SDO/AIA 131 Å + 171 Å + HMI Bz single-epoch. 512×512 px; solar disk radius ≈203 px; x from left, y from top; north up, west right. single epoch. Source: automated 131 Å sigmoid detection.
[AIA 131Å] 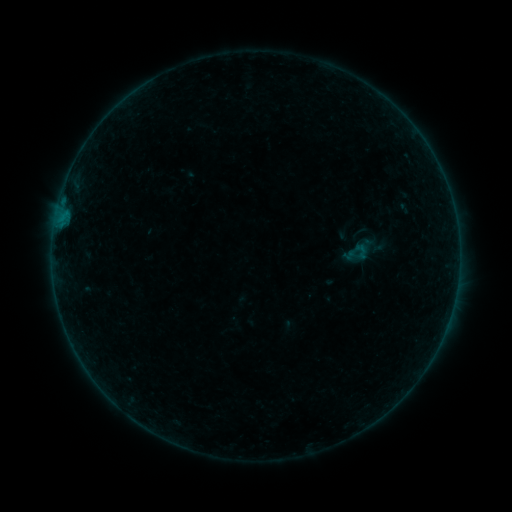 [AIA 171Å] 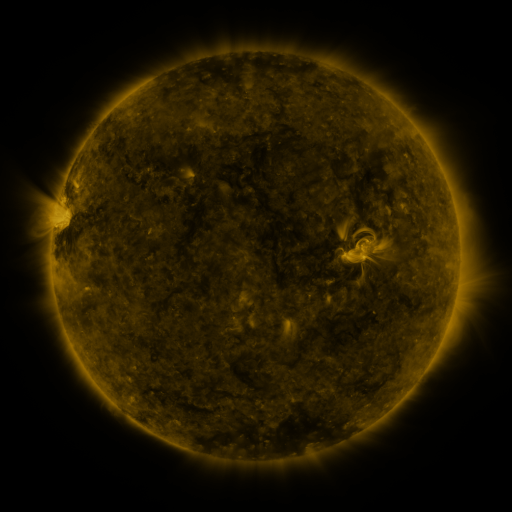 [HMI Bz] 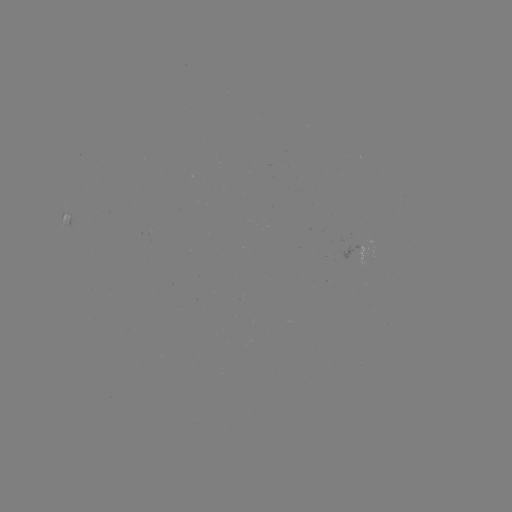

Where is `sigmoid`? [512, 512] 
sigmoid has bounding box [352, 241, 370, 261].